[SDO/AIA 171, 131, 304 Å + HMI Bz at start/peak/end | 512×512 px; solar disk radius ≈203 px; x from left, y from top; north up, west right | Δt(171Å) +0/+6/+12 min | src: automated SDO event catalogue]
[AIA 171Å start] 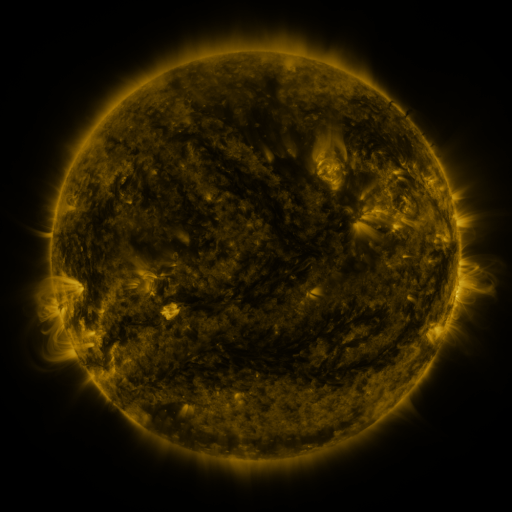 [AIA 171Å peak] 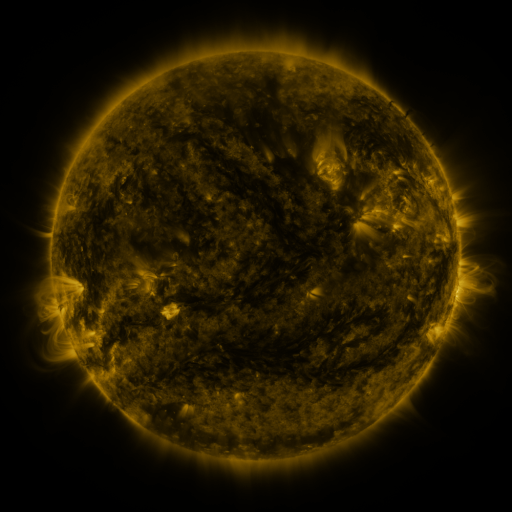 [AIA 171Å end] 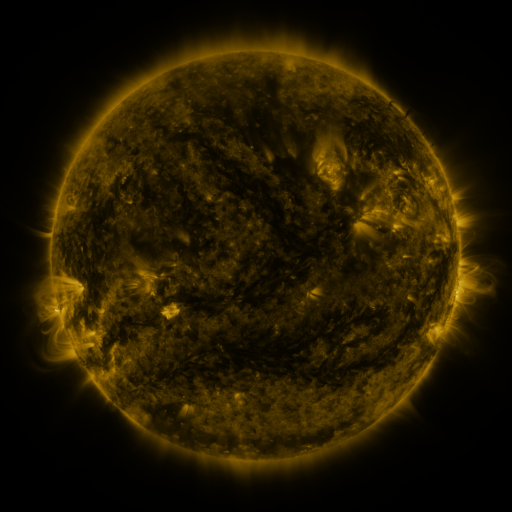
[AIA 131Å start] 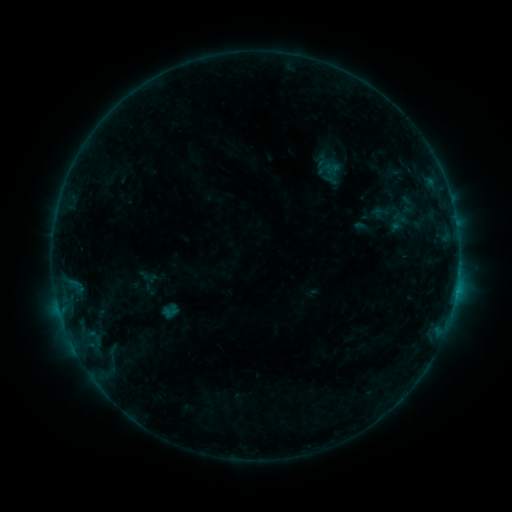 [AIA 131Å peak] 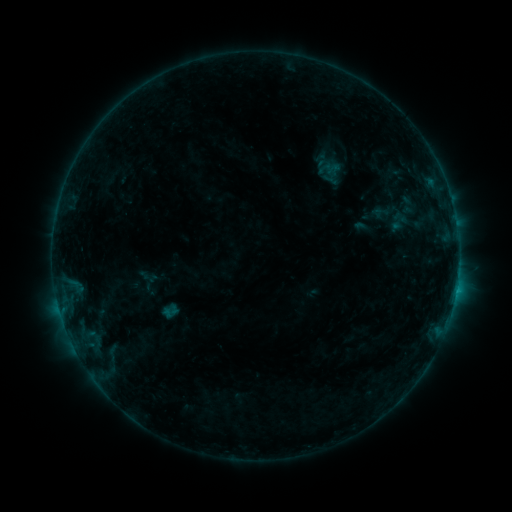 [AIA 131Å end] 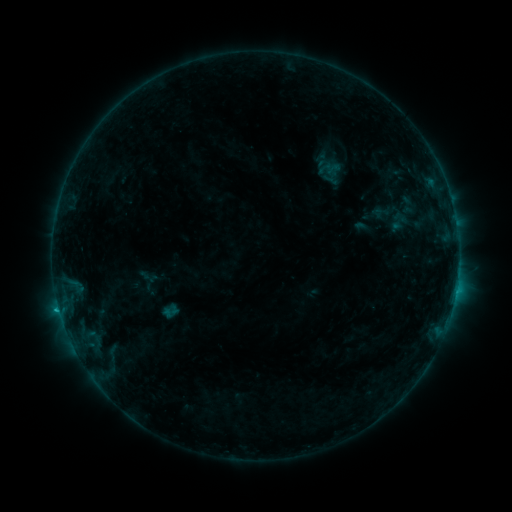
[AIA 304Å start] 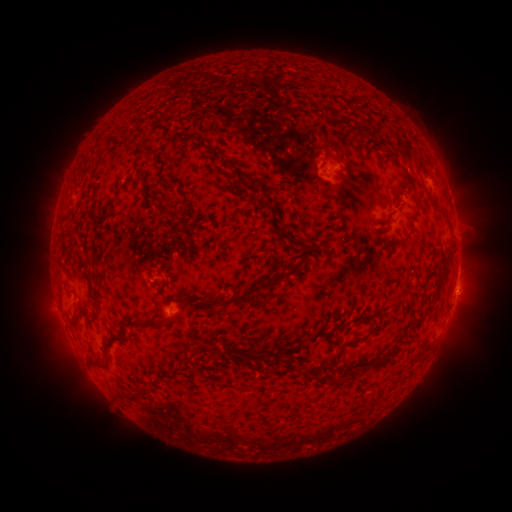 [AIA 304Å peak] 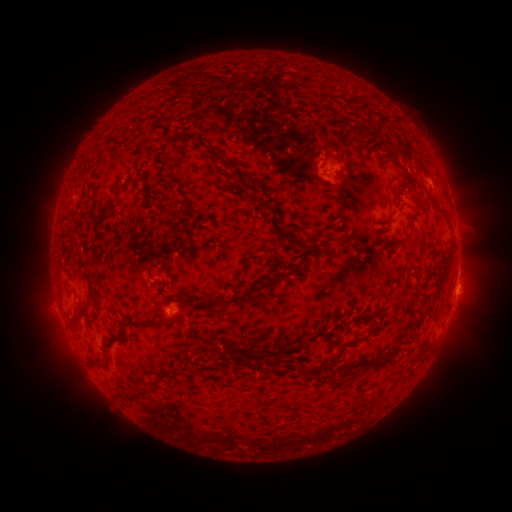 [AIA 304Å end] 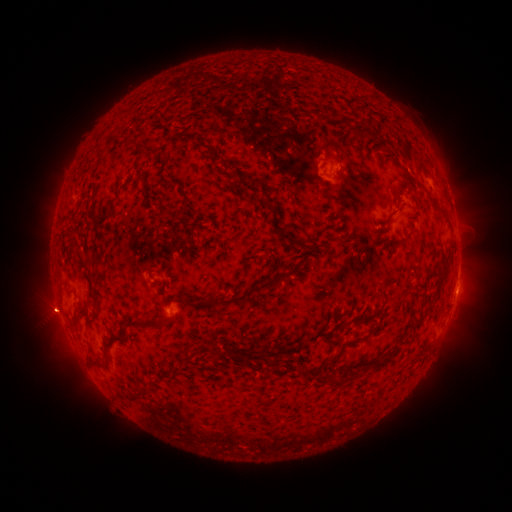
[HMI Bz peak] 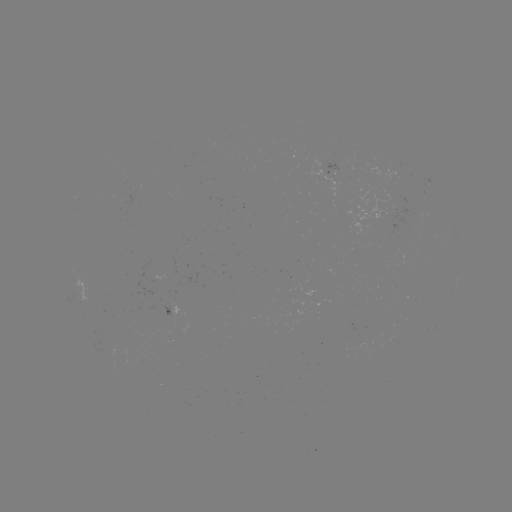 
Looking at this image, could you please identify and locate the eruption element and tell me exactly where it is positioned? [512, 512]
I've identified eruption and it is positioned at (51, 312).